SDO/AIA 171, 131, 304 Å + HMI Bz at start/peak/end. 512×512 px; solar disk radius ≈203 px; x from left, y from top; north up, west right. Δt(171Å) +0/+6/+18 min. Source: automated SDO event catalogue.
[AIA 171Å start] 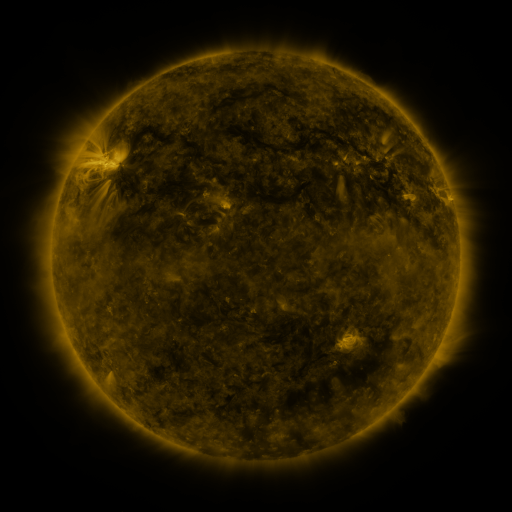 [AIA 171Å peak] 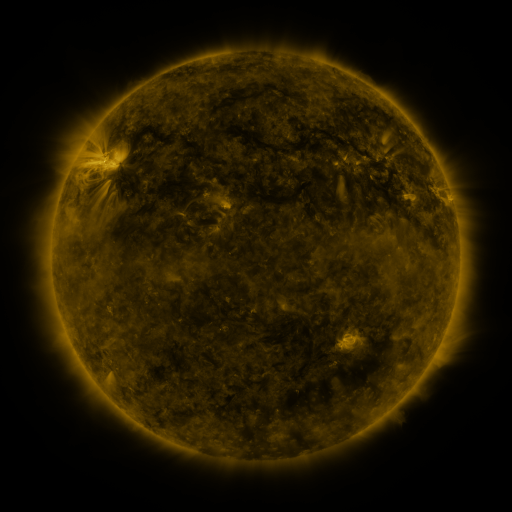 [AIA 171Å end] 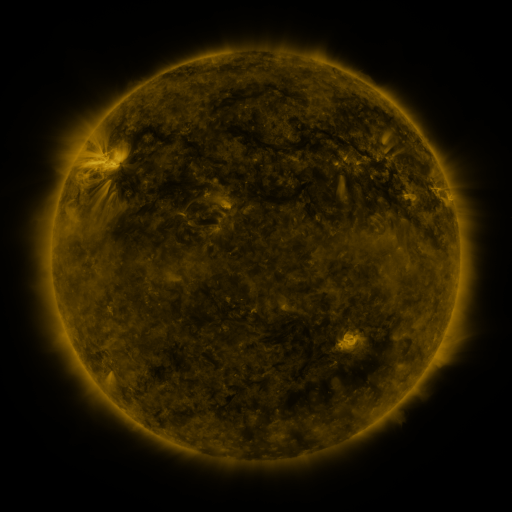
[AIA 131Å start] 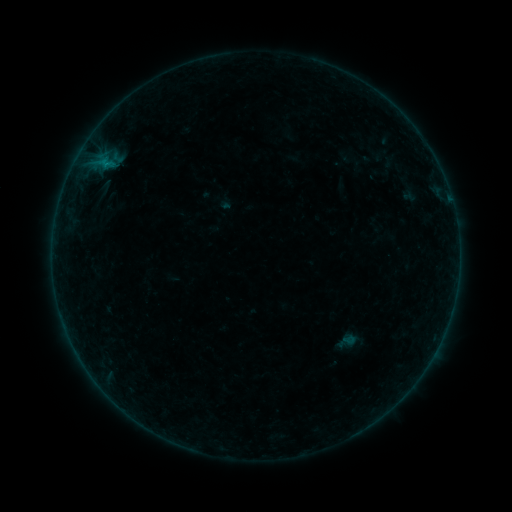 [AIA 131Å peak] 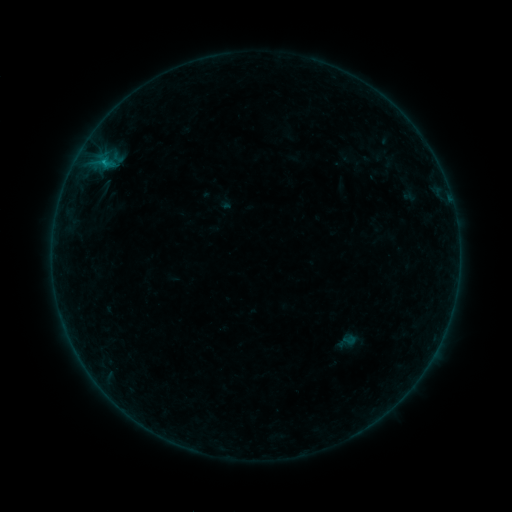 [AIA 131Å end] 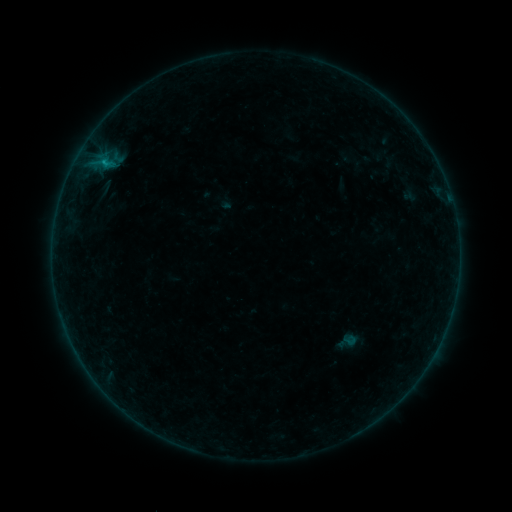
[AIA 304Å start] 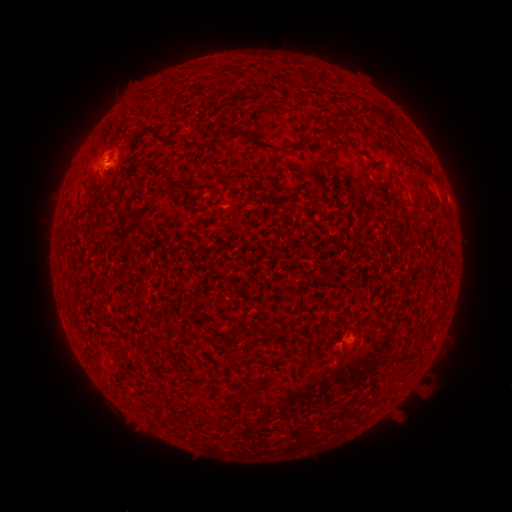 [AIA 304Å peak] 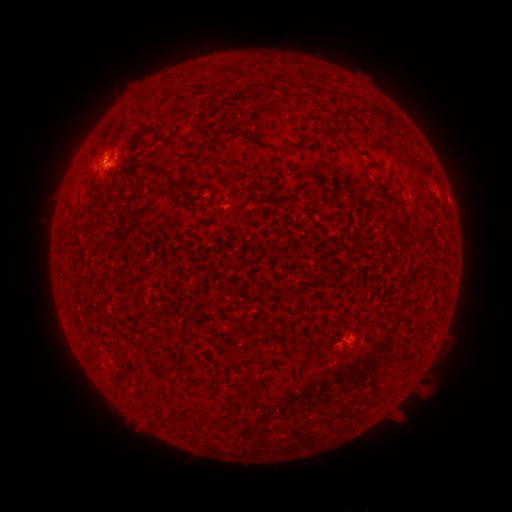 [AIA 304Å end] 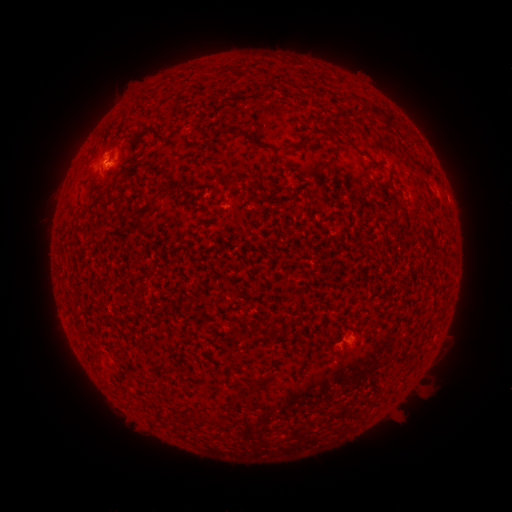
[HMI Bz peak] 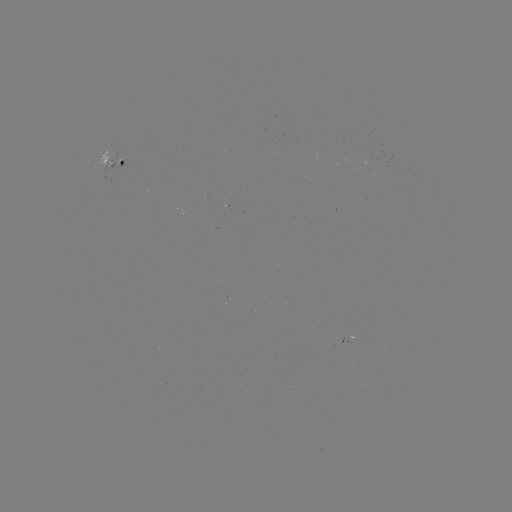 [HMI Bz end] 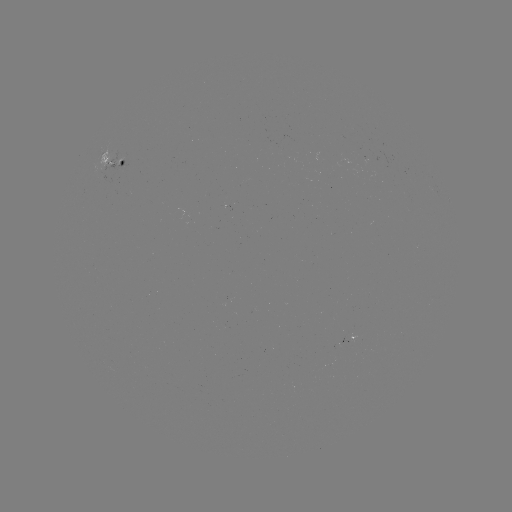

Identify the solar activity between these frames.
B5.8 flare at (103, 164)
